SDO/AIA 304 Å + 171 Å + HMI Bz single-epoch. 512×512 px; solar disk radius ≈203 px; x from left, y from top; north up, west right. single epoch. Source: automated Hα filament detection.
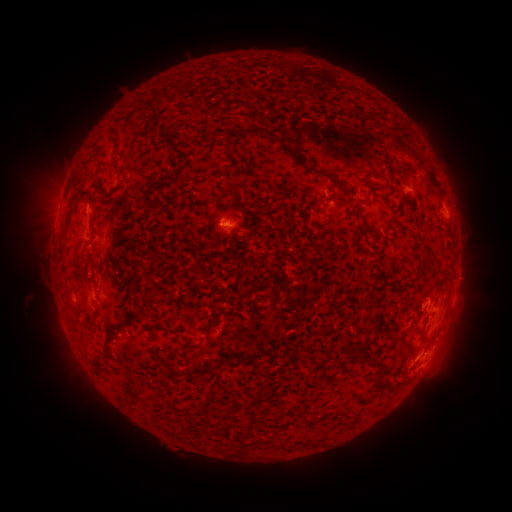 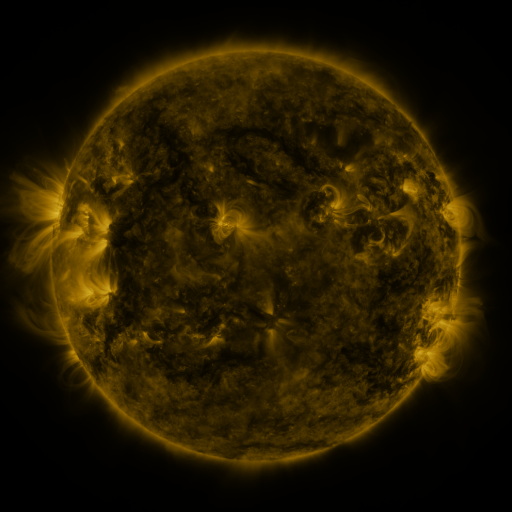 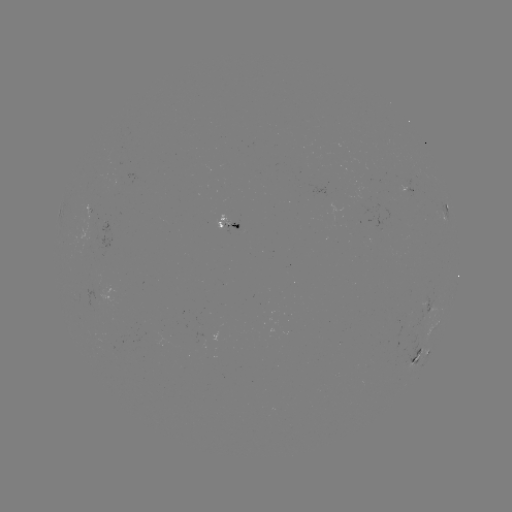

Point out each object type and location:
filament: (146, 110)
filament: (109, 139)
filament: (291, 154)
filament: (114, 169)
filament: (96, 170)
filament: (330, 176)
filament: (181, 179)
filament: (432, 180)
filament: (66, 226)
filament: (137, 274)
filament: (79, 316)
filament: (118, 329)
filament: (208, 336)
filament: (190, 345)
filament: (364, 350)
filament: (249, 357)
filament: (381, 367)
filament: (197, 370)
filament: (173, 371)
filament: (287, 447)
